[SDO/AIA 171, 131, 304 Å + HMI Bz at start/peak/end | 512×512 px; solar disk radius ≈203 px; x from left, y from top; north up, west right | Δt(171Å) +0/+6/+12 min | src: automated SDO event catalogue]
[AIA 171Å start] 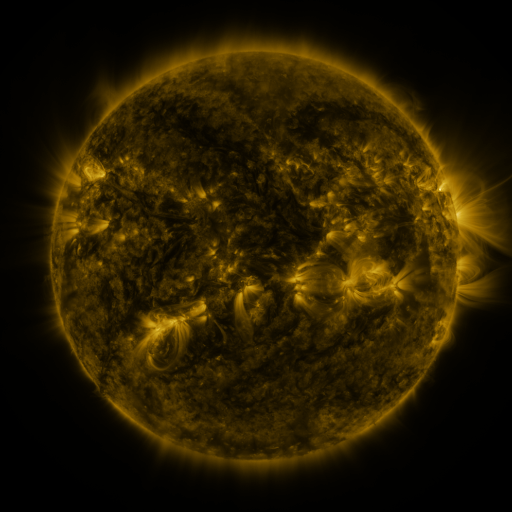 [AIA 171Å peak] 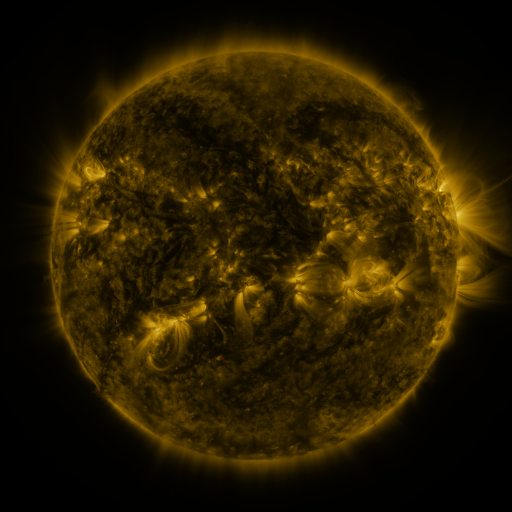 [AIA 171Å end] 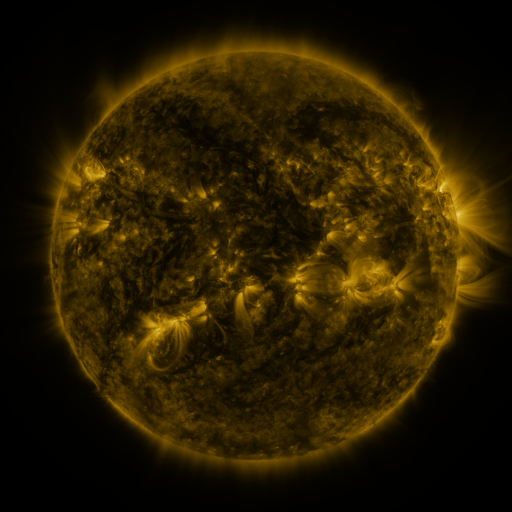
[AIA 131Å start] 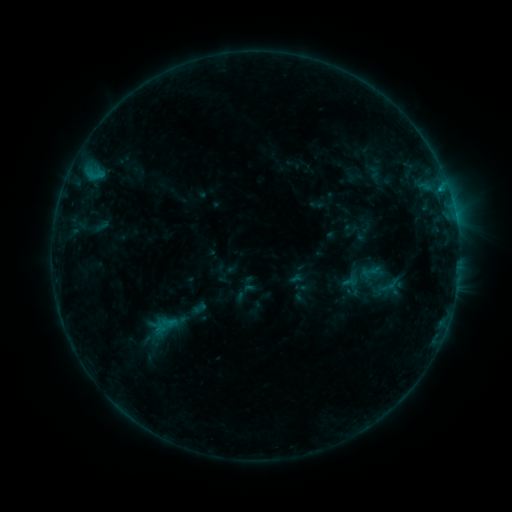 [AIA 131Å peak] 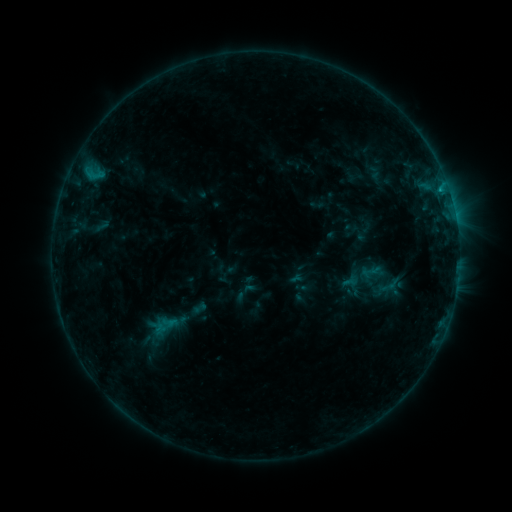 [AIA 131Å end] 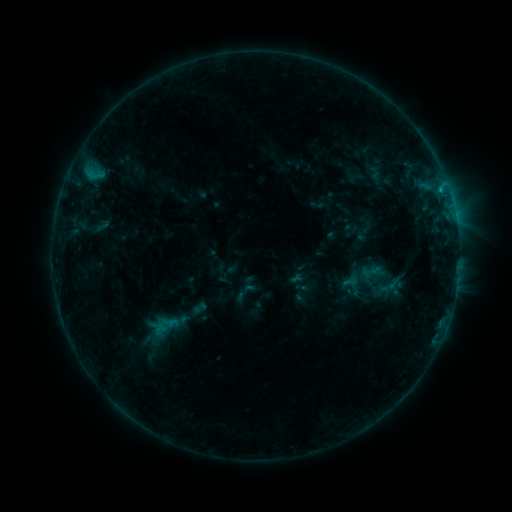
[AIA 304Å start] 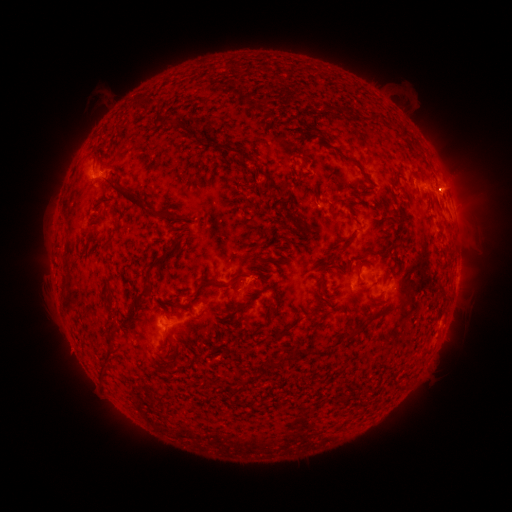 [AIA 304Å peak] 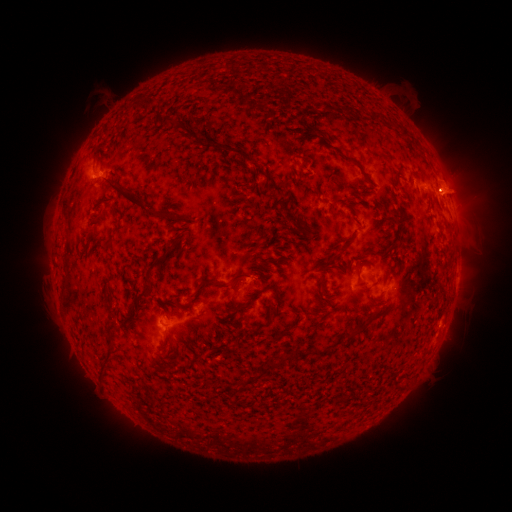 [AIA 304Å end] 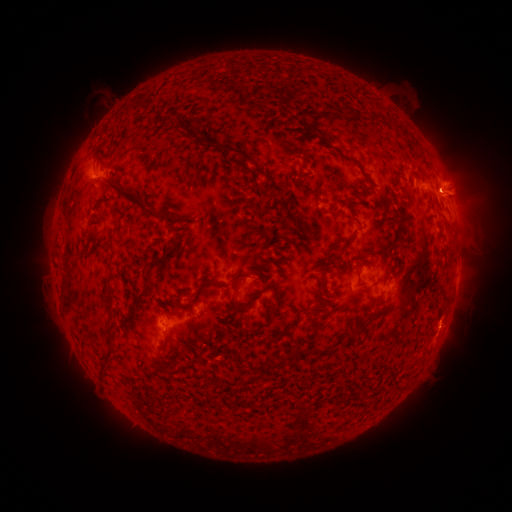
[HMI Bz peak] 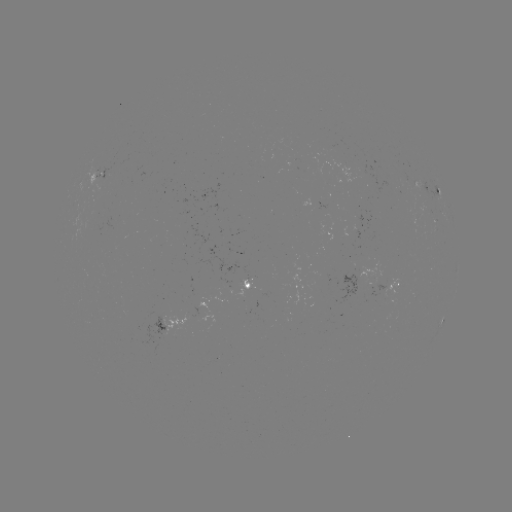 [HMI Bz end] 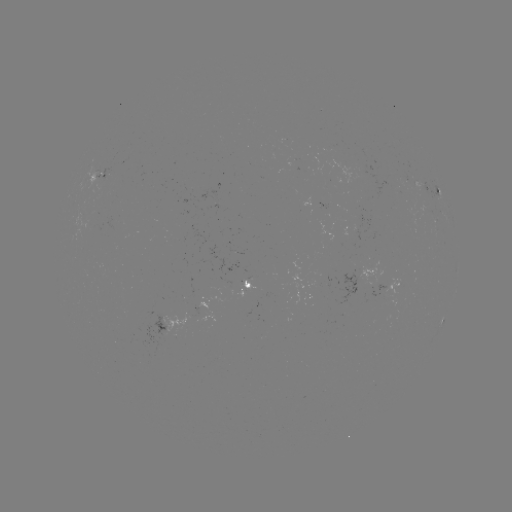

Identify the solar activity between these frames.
eruption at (452, 191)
